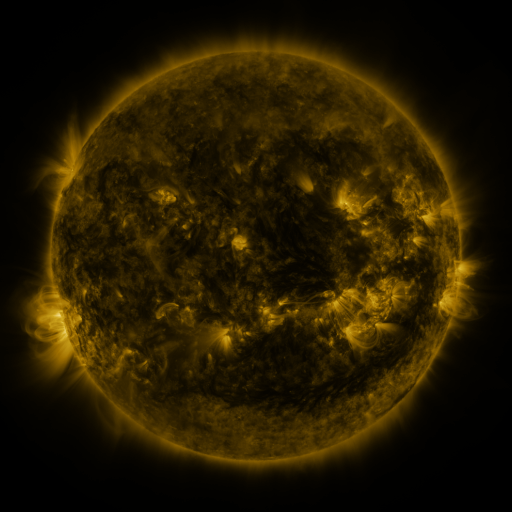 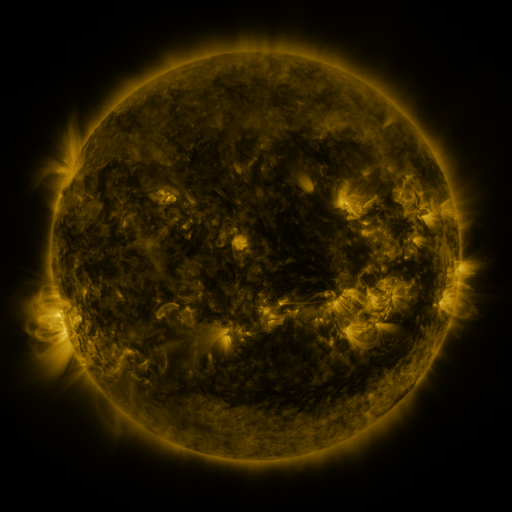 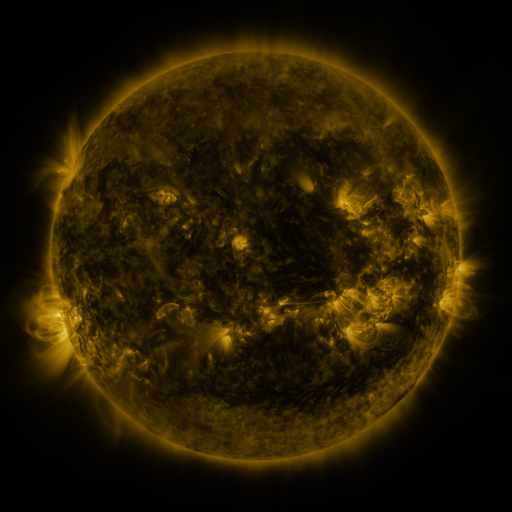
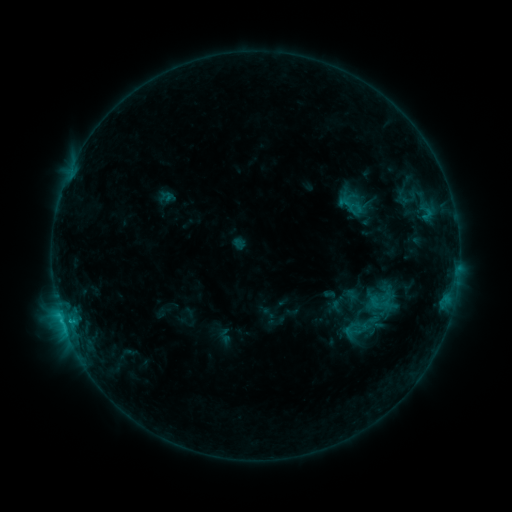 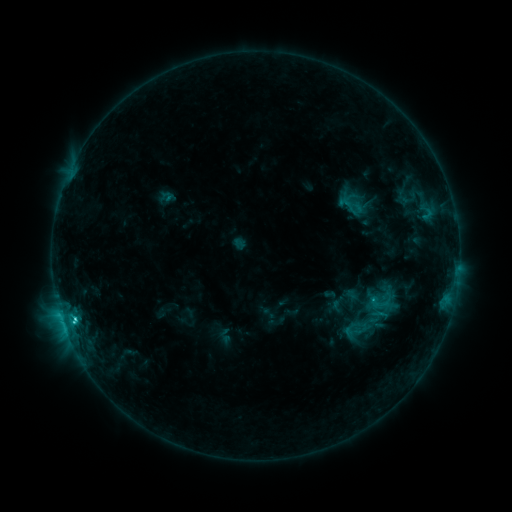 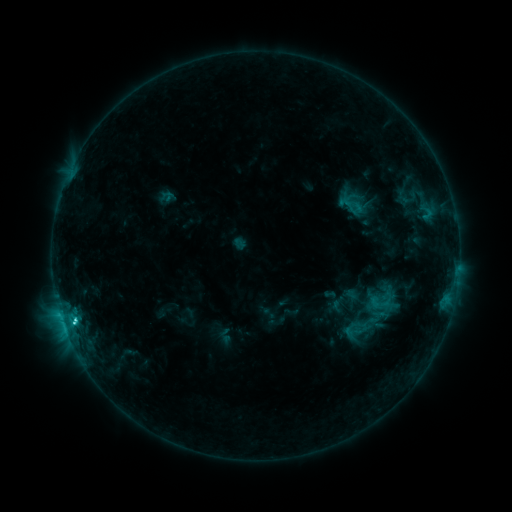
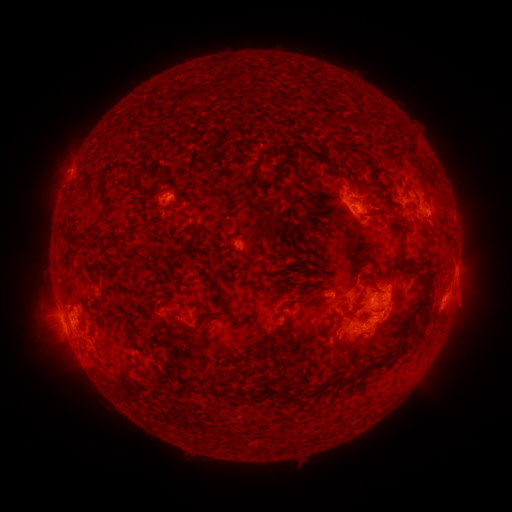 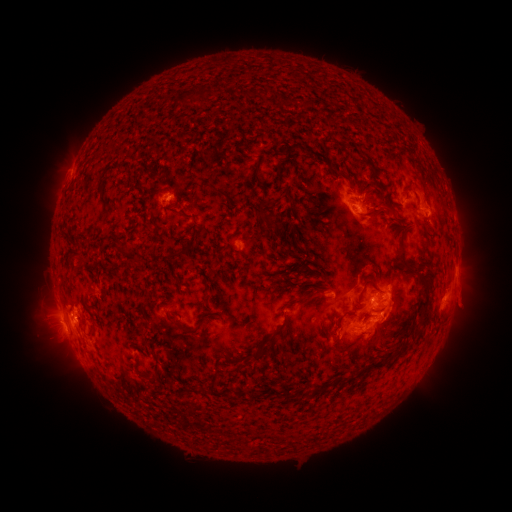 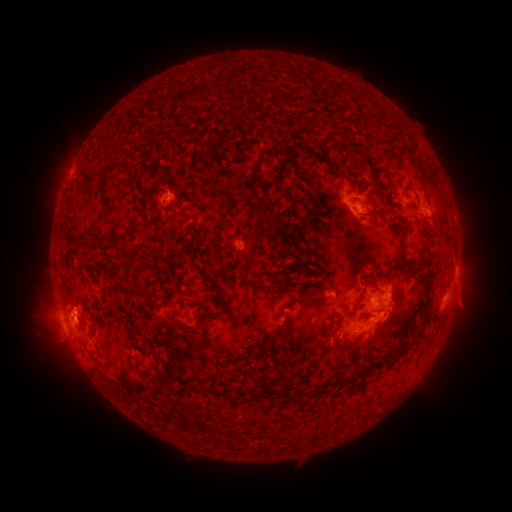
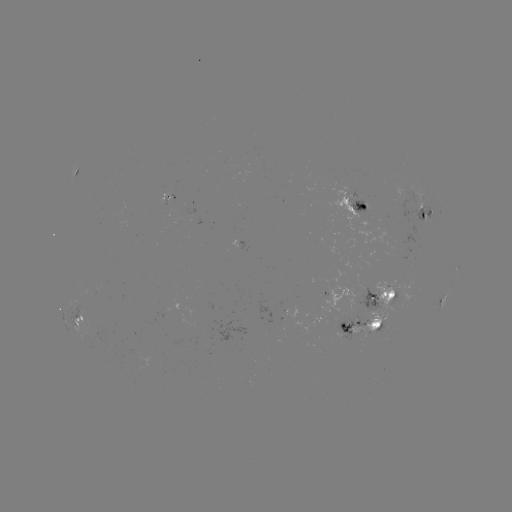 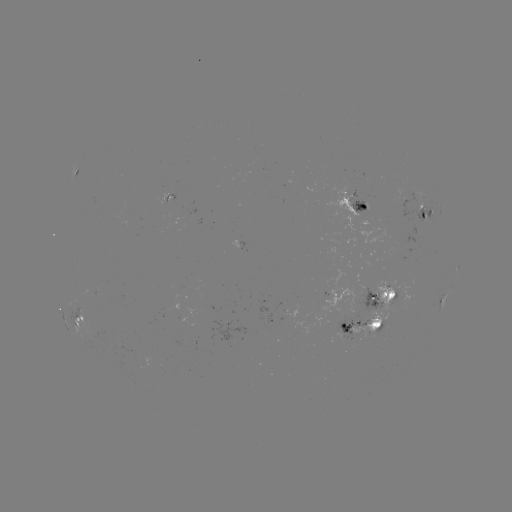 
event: flare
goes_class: C3.4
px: (75, 319)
